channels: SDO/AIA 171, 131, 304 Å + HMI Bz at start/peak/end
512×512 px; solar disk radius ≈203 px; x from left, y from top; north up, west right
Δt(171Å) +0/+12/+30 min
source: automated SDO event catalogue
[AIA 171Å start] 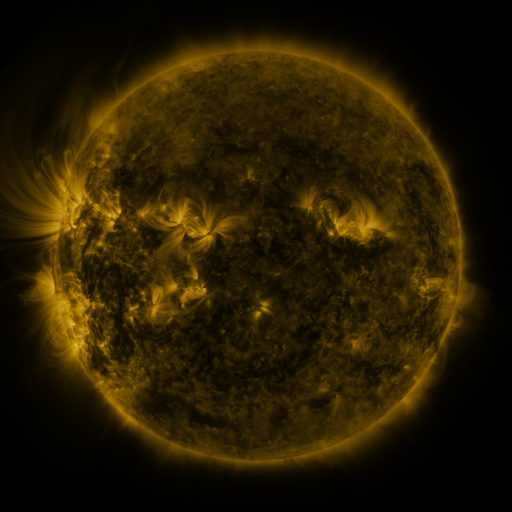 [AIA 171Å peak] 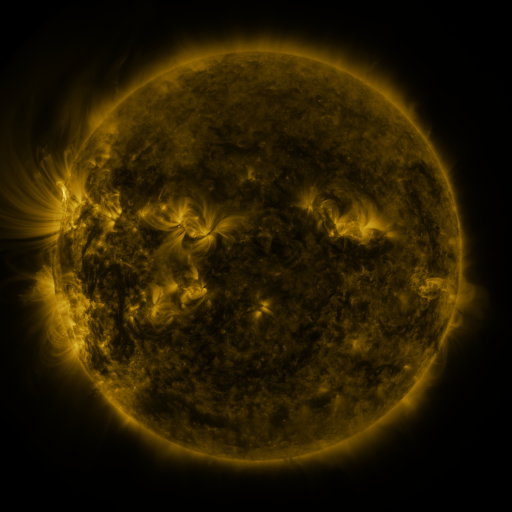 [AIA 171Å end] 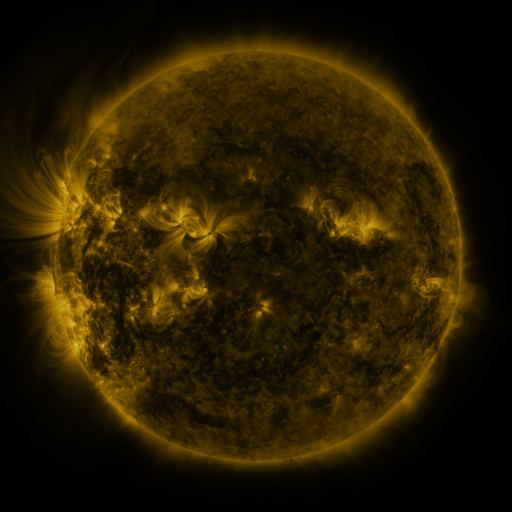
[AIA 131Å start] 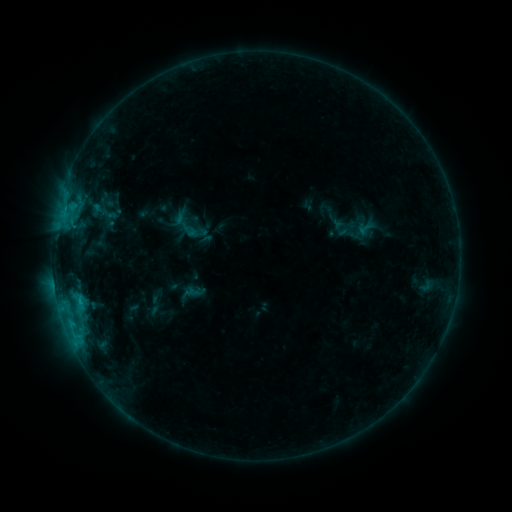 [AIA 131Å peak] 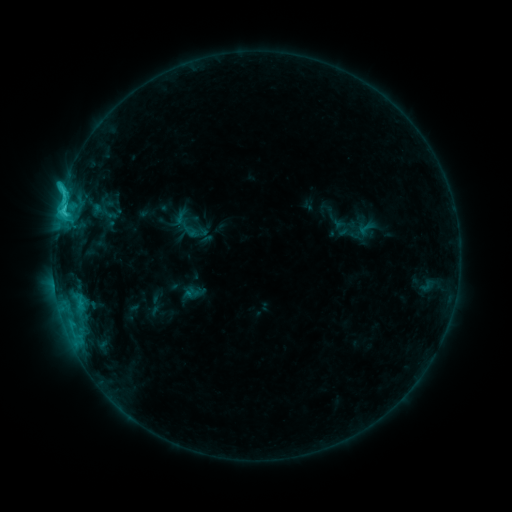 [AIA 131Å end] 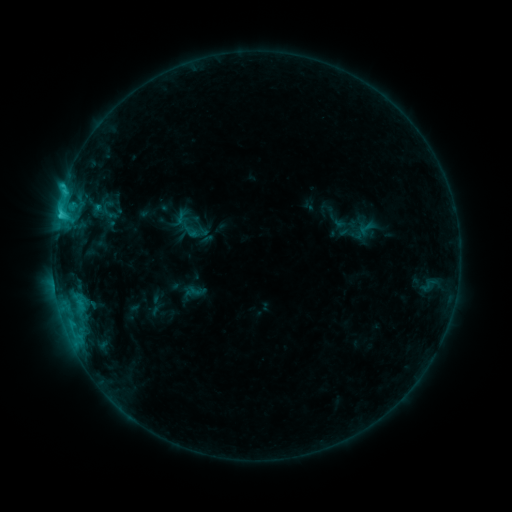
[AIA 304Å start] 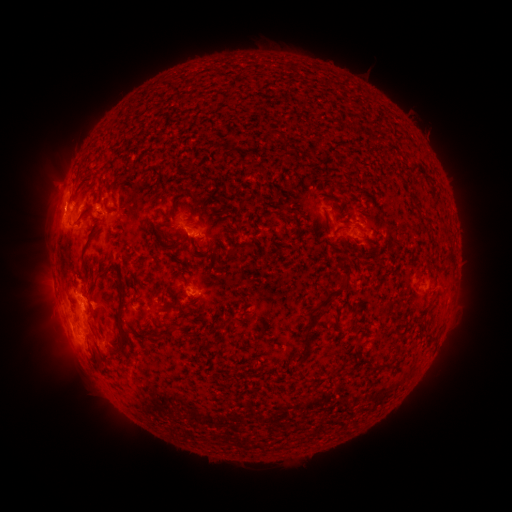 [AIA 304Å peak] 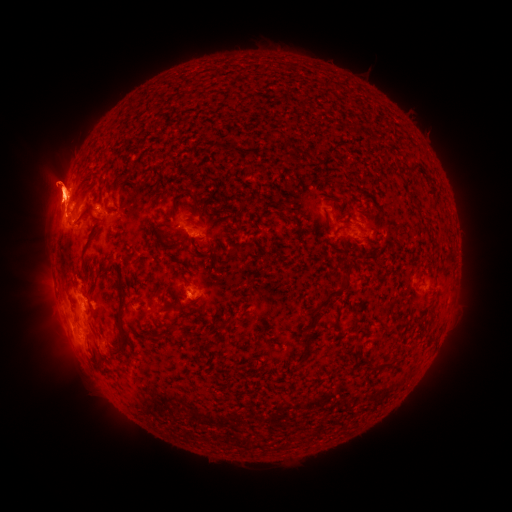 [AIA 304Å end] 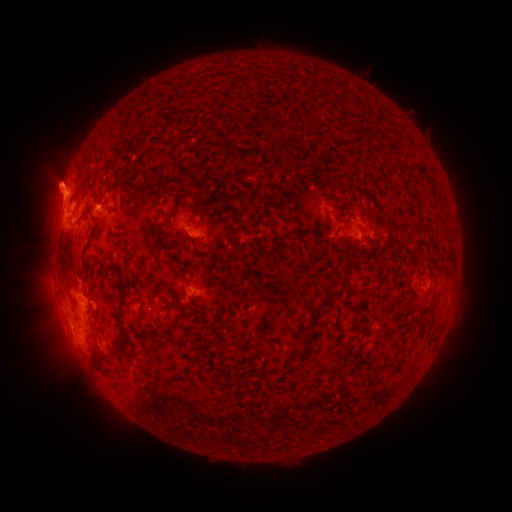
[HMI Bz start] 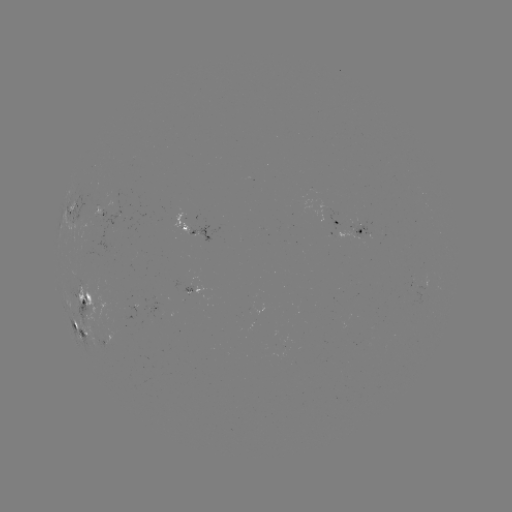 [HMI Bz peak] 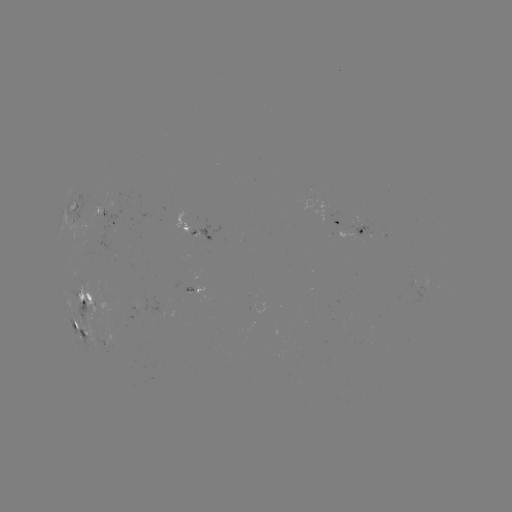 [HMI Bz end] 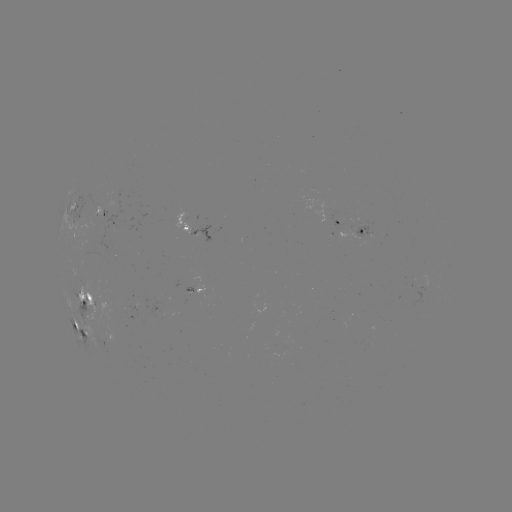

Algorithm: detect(eruption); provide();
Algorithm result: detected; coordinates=[56, 191]